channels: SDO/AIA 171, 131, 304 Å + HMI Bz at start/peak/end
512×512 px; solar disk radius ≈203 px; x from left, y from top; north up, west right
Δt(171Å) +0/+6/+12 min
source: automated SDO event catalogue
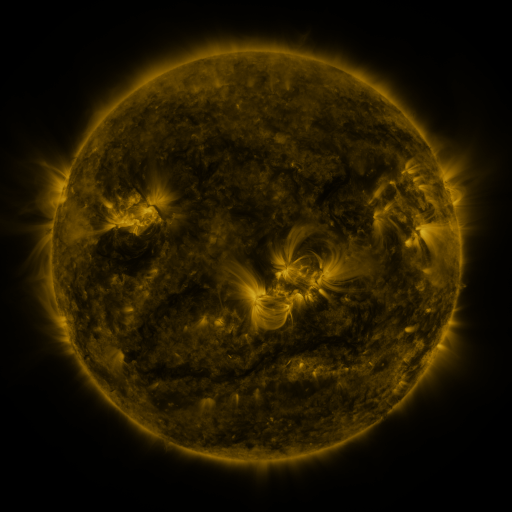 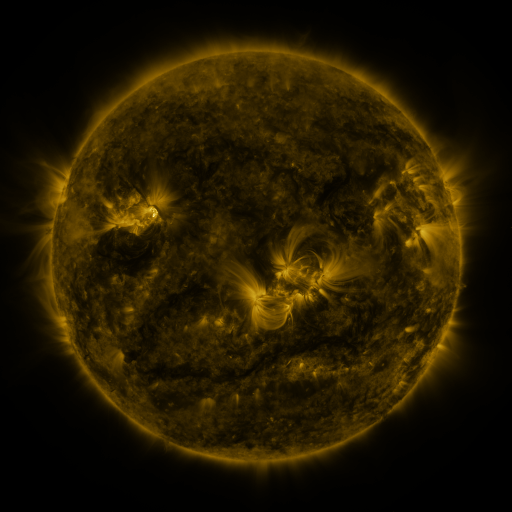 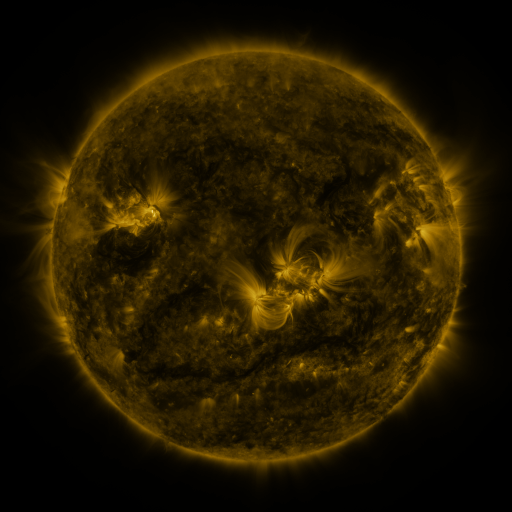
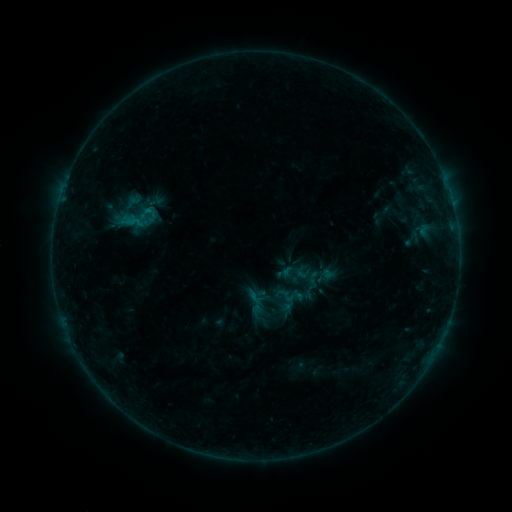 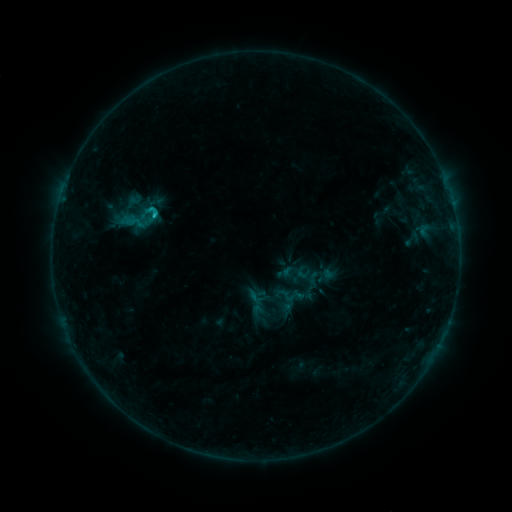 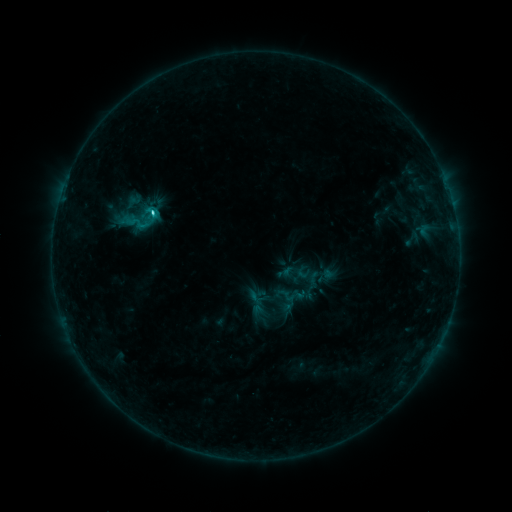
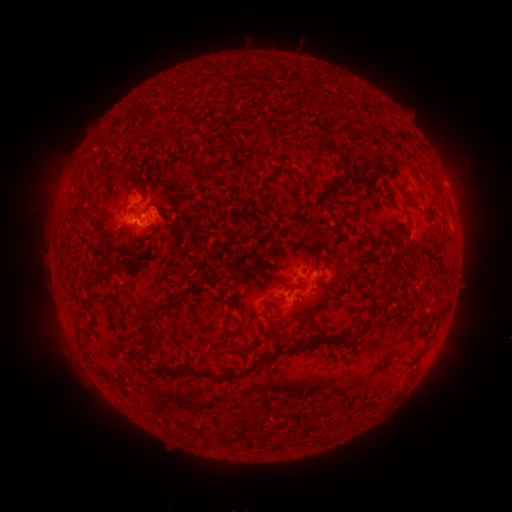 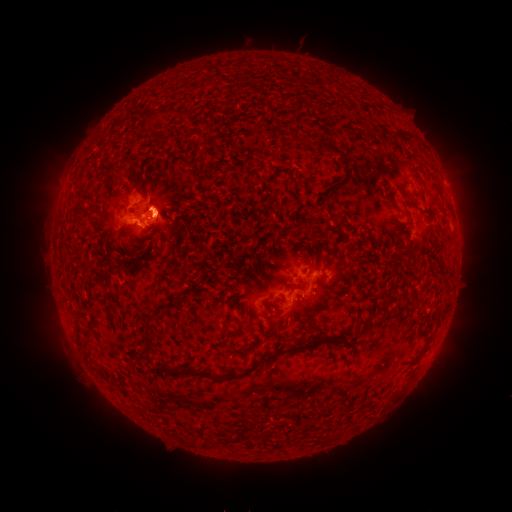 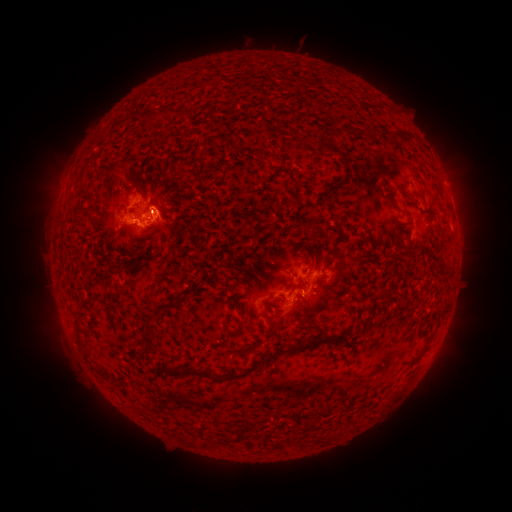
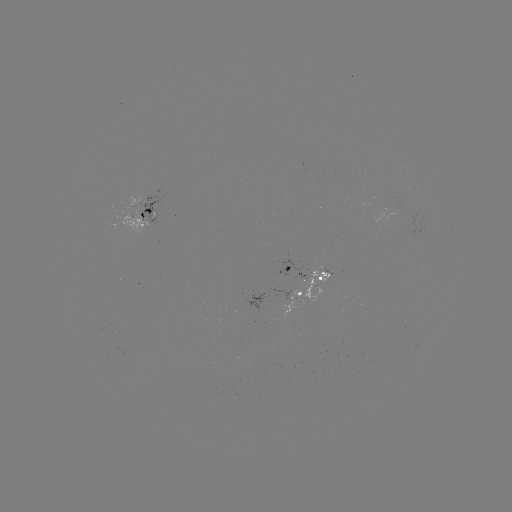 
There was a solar eruption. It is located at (174, 210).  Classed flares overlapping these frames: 1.